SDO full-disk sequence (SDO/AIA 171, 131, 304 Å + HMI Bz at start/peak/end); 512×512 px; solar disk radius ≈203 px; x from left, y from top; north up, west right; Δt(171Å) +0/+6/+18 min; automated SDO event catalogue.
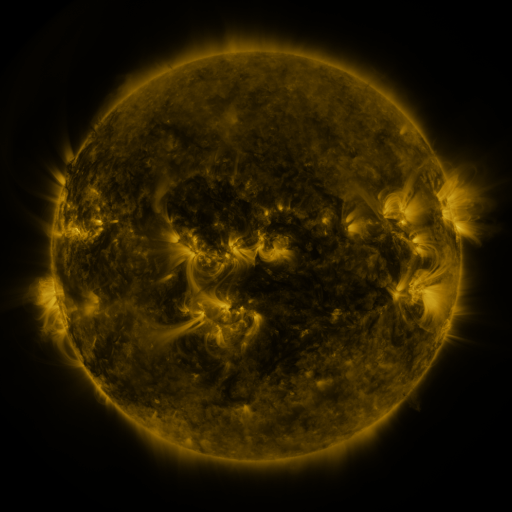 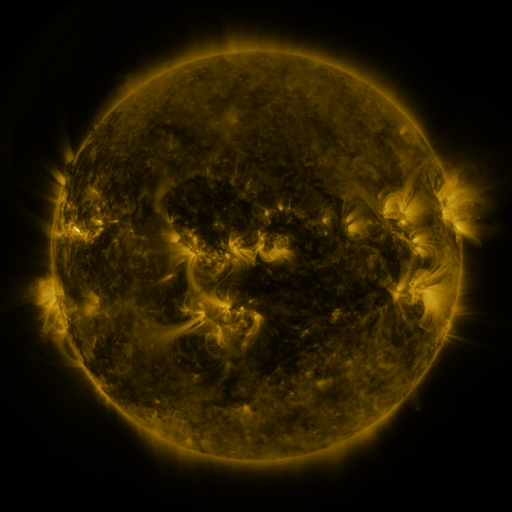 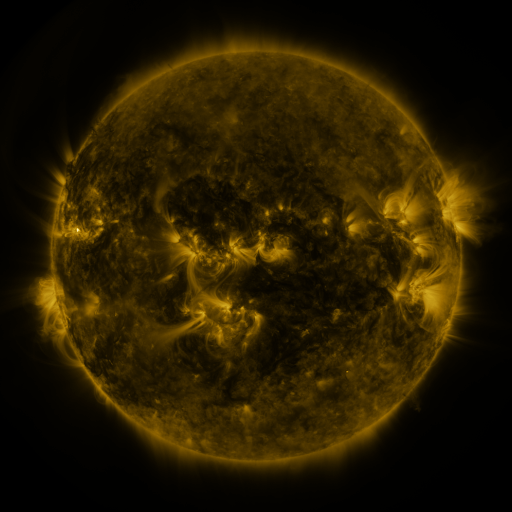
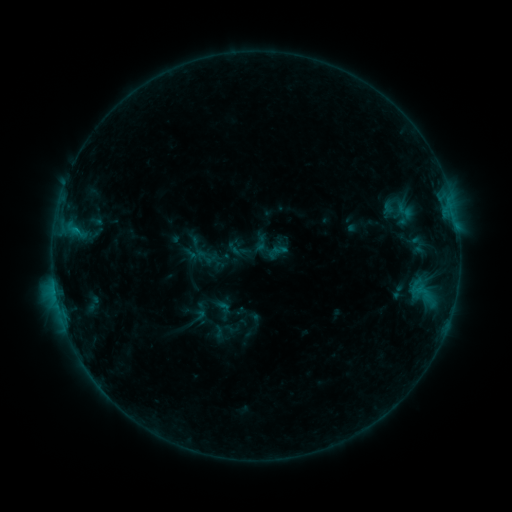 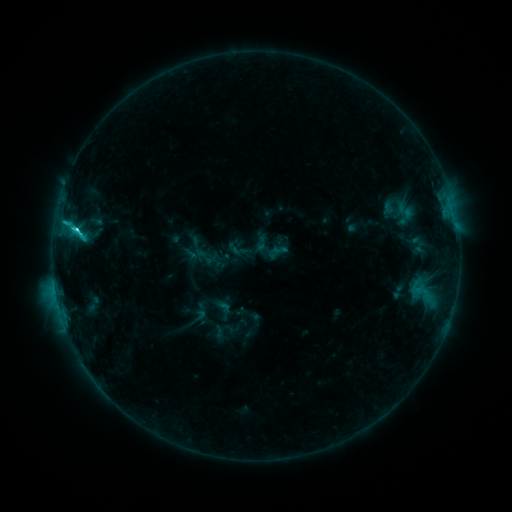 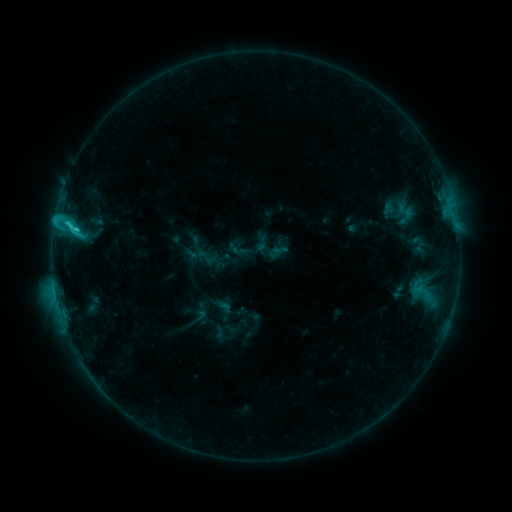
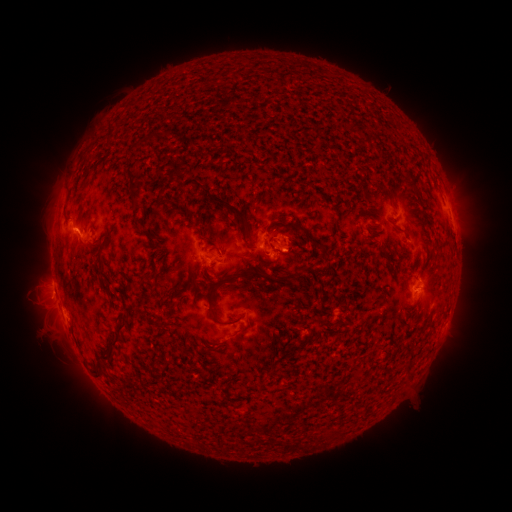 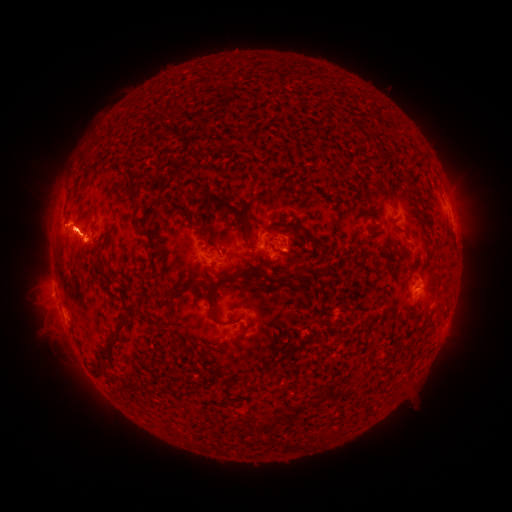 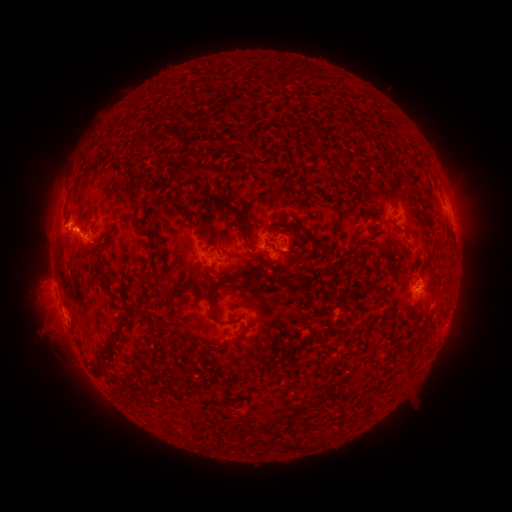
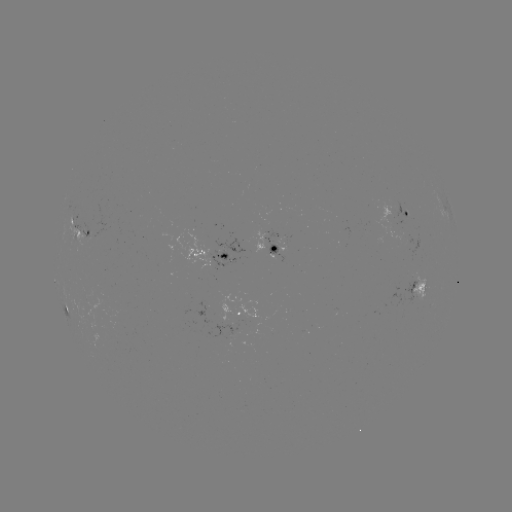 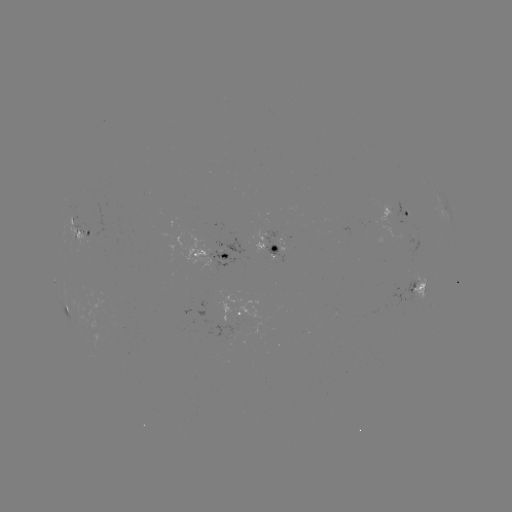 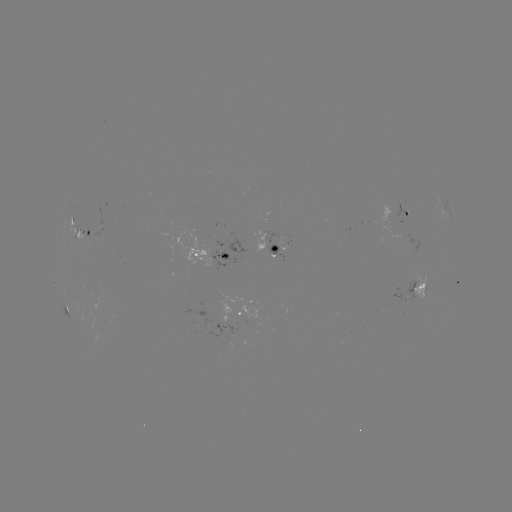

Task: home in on C3.5 flare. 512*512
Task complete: (77, 231).